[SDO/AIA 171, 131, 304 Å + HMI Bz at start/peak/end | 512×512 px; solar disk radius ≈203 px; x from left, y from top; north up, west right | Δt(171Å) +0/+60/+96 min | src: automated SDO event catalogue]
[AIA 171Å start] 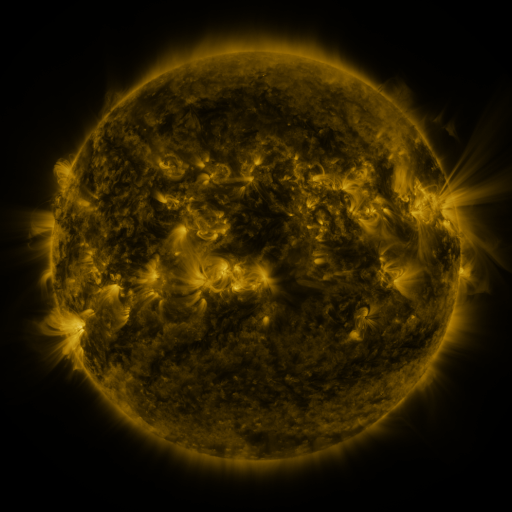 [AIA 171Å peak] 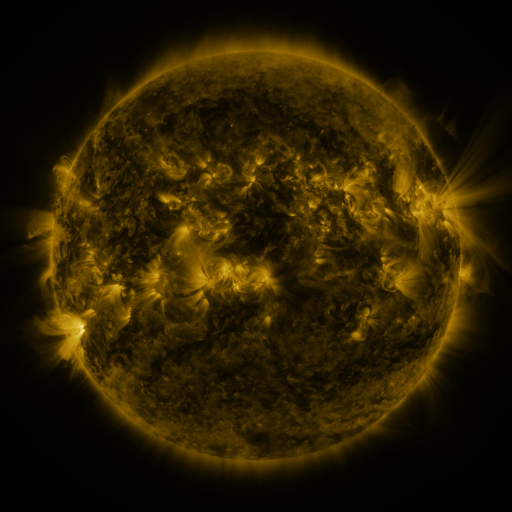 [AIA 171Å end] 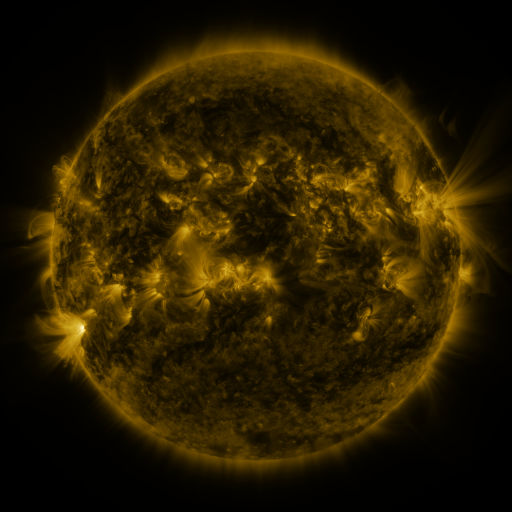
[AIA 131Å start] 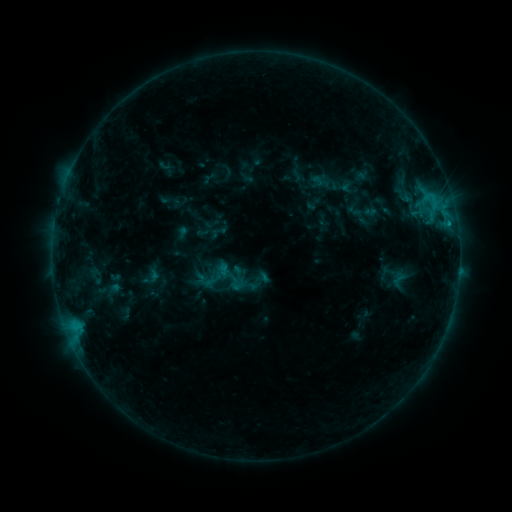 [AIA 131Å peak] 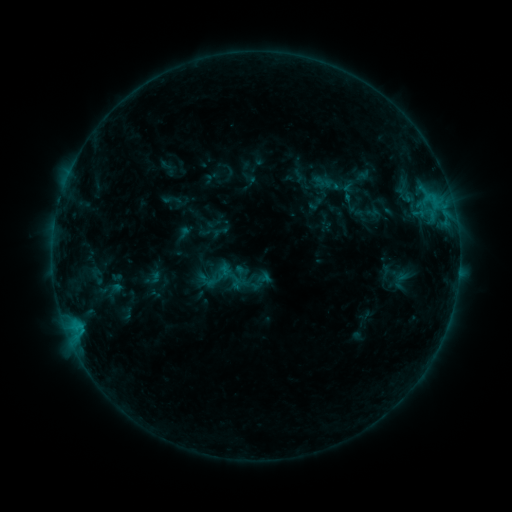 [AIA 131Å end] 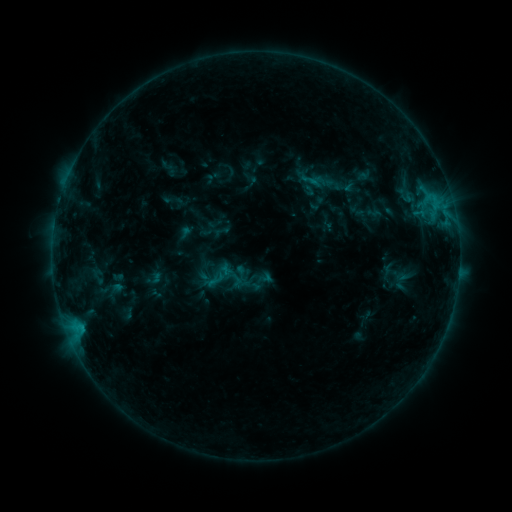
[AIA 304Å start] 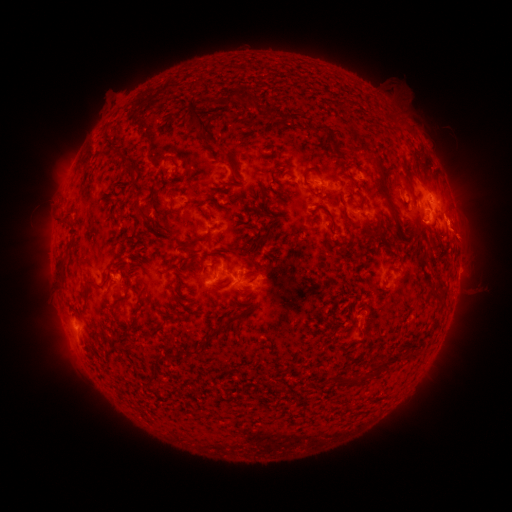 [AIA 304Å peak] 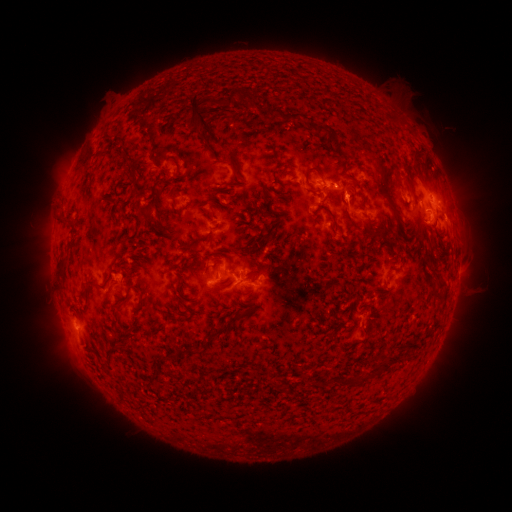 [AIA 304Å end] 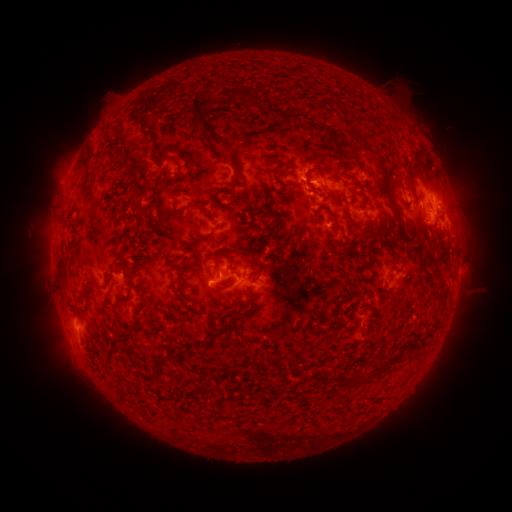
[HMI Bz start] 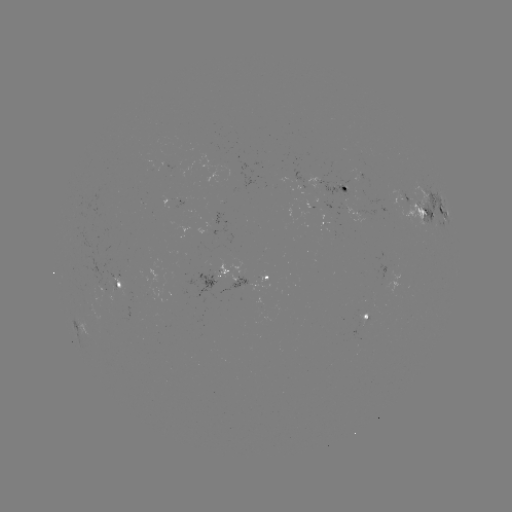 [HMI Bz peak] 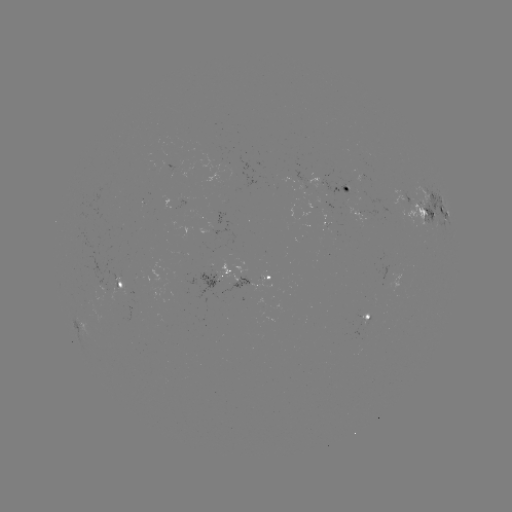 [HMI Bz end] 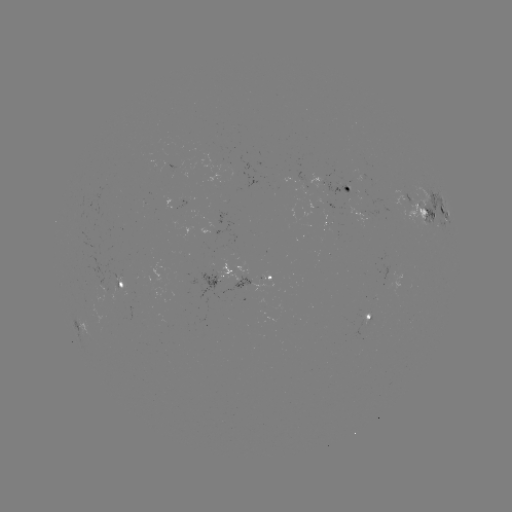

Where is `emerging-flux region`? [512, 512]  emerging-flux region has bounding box [174, 198, 184, 209].